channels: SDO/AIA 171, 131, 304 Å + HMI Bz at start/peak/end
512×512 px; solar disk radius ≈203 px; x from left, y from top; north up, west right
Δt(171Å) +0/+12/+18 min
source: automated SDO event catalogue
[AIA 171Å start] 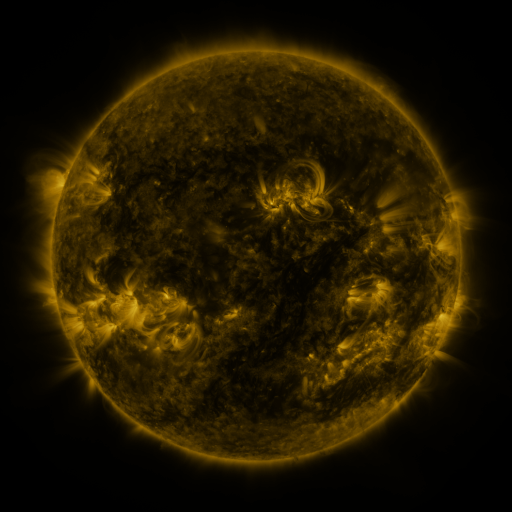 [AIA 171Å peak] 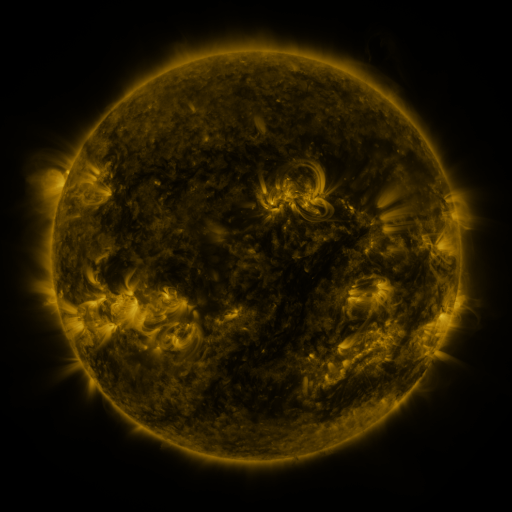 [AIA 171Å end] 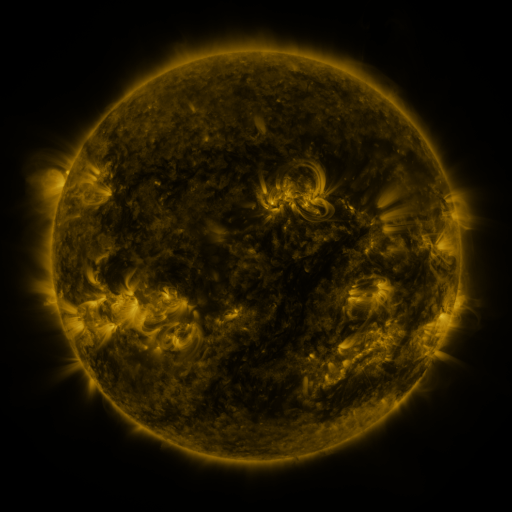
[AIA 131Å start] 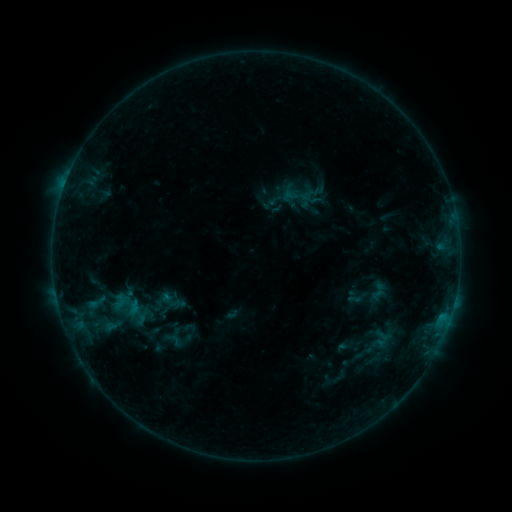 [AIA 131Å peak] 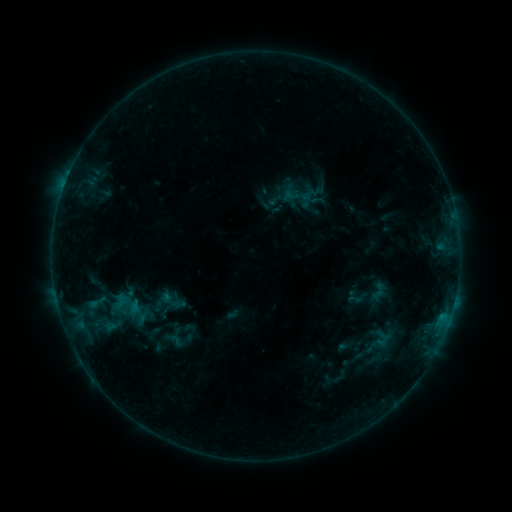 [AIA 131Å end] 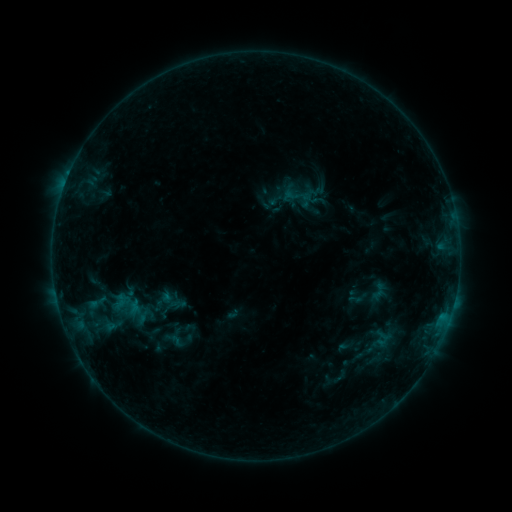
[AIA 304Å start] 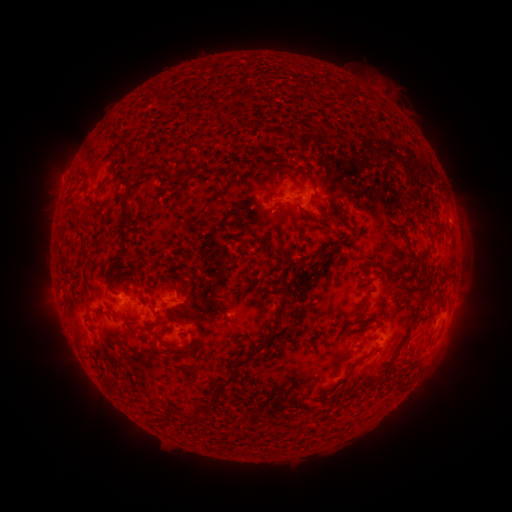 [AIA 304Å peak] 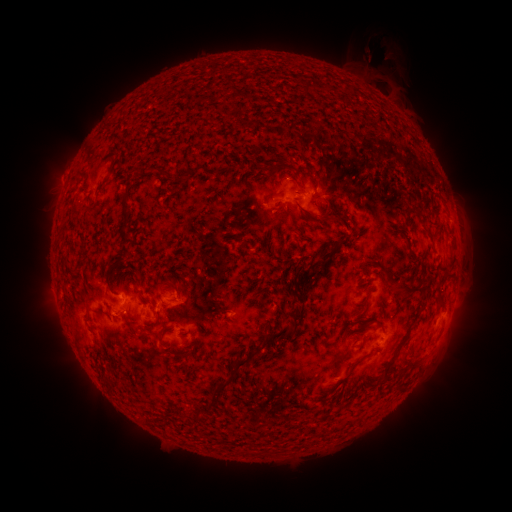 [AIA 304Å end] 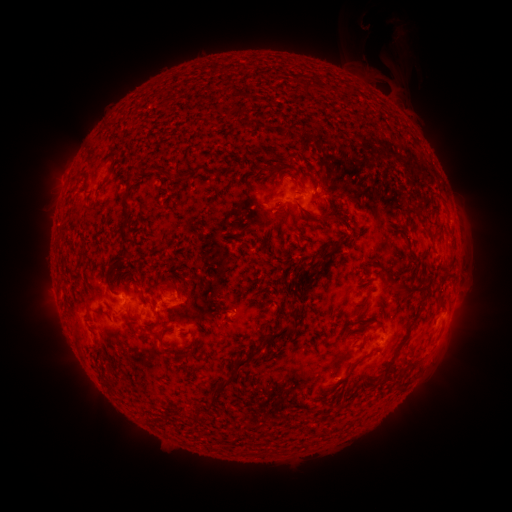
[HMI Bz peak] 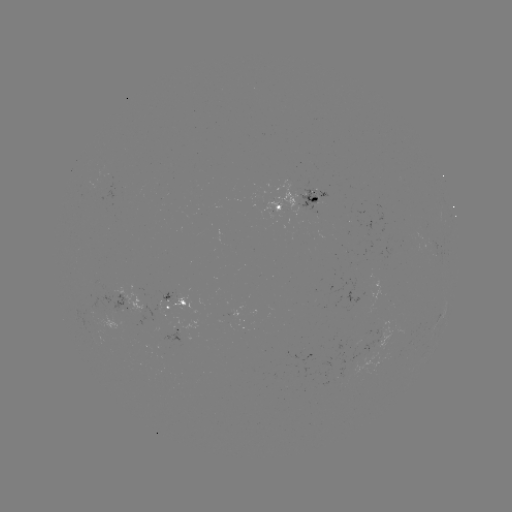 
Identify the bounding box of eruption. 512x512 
[360, 31, 407, 99].